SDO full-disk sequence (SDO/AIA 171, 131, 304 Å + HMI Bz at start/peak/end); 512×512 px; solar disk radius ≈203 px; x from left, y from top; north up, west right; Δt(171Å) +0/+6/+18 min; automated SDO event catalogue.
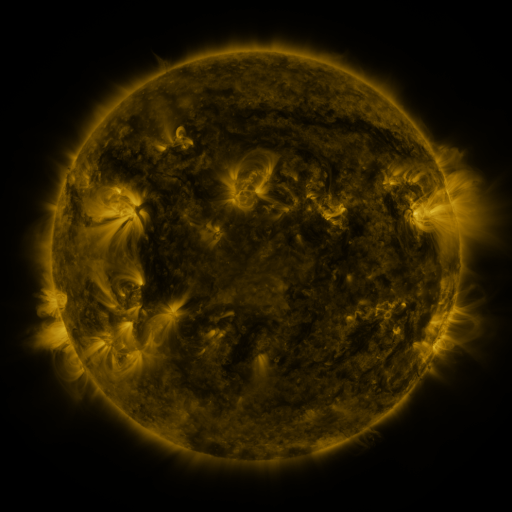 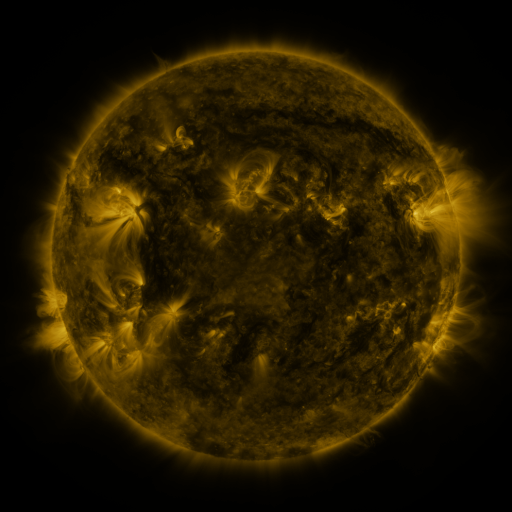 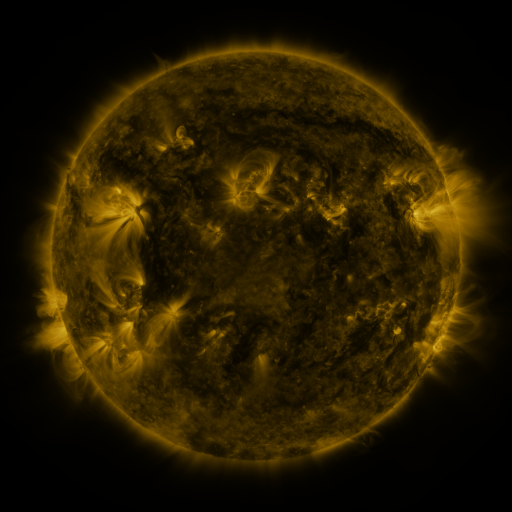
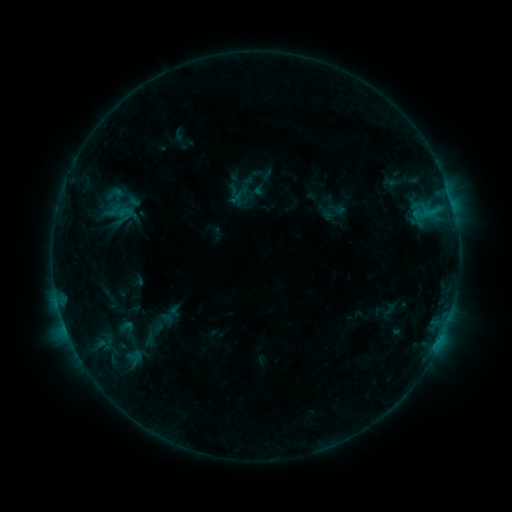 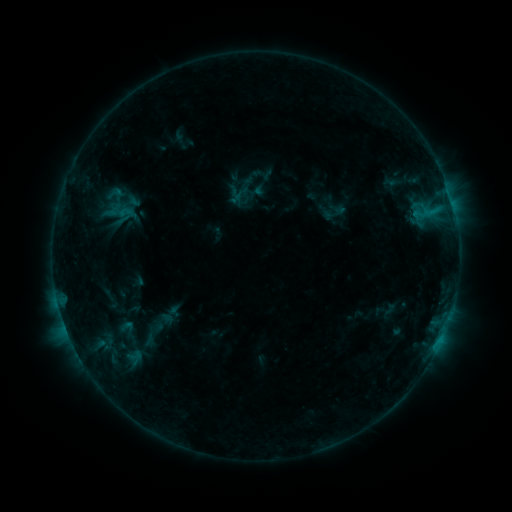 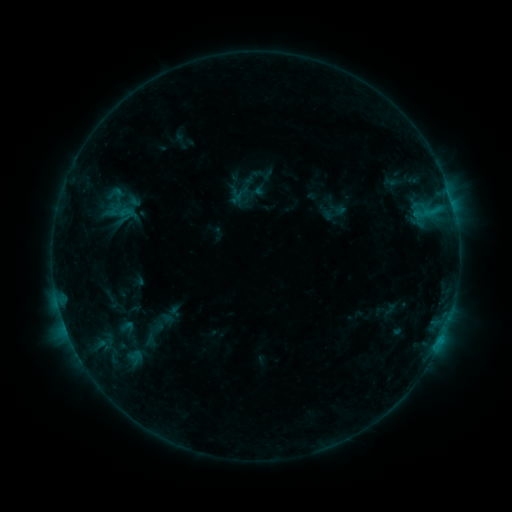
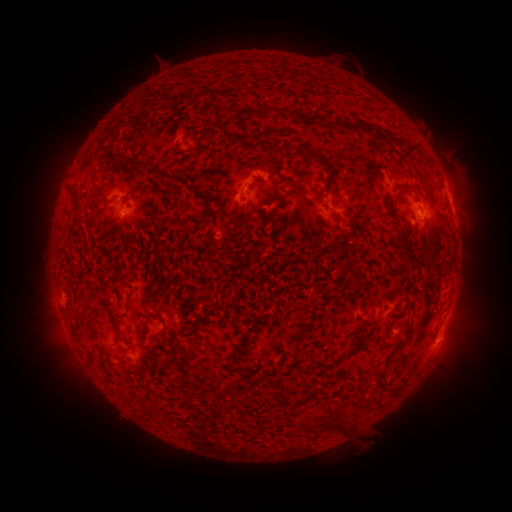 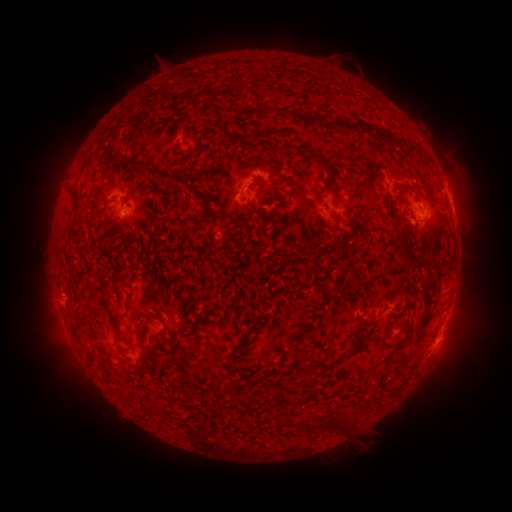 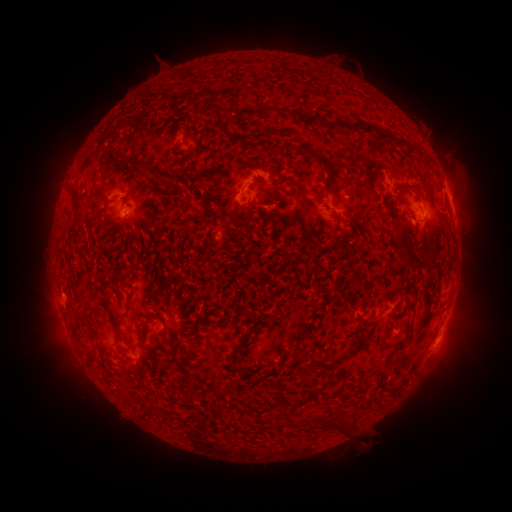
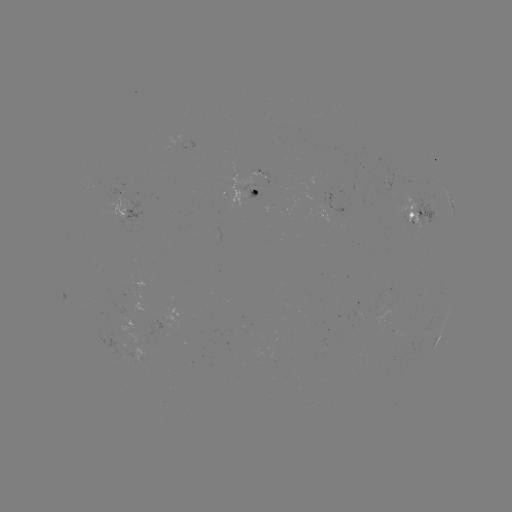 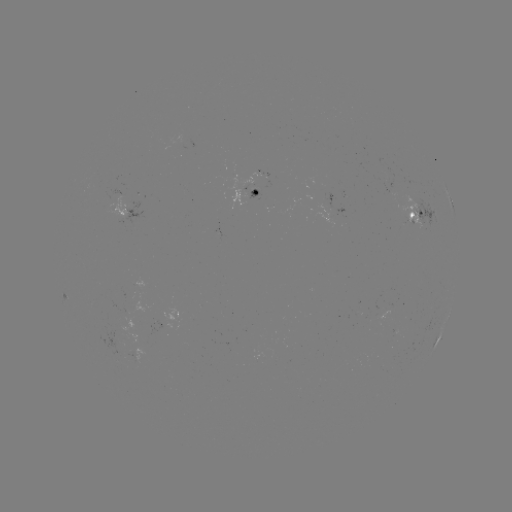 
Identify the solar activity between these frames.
no flare in any classed list; no EUV-trigger detection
